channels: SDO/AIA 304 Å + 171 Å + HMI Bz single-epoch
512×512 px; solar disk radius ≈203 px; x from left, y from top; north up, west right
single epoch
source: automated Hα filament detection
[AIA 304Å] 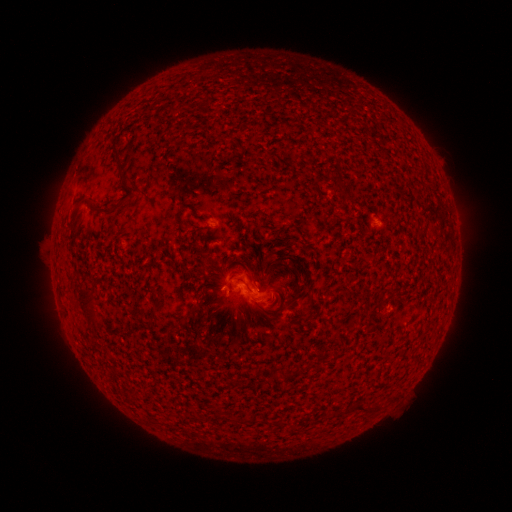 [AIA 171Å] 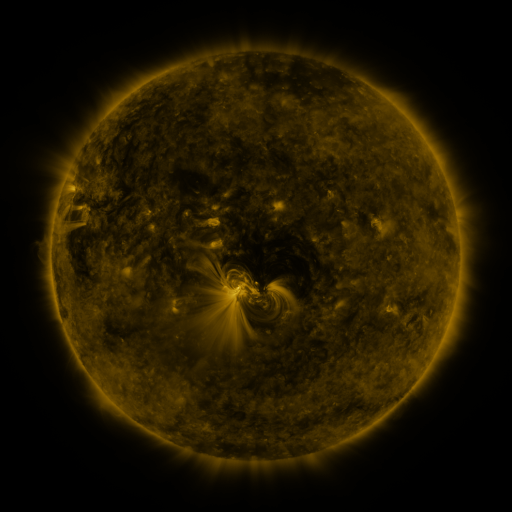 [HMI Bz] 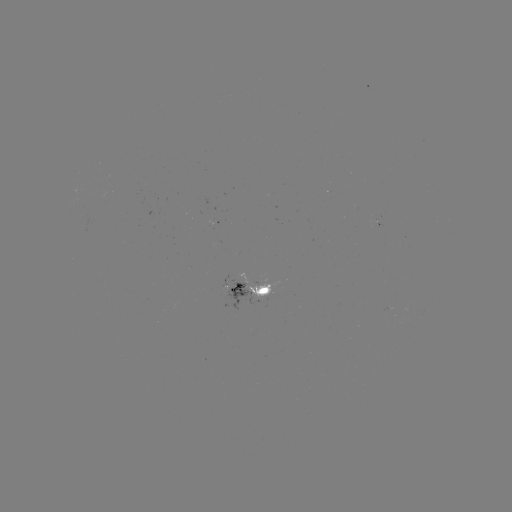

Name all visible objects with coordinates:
filament: (174, 110)
filament: (117, 155)
filament: (341, 185)
filament: (349, 199)
filament: (103, 211)
filament: (253, 277)
filament: (86, 308)
filament: (313, 310)
filament: (287, 377)
filament: (360, 407)
